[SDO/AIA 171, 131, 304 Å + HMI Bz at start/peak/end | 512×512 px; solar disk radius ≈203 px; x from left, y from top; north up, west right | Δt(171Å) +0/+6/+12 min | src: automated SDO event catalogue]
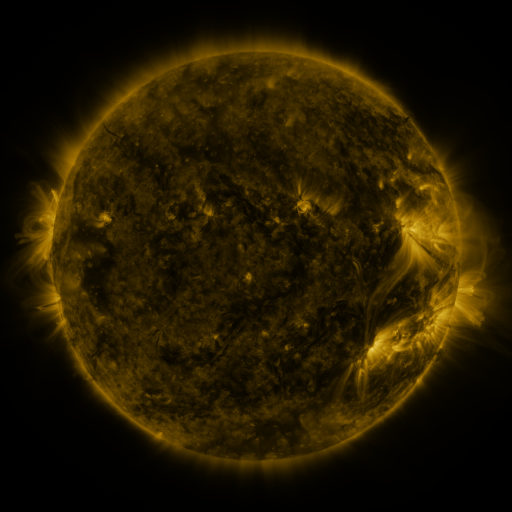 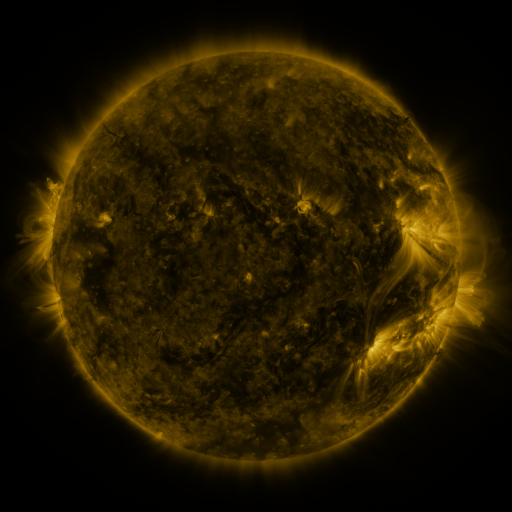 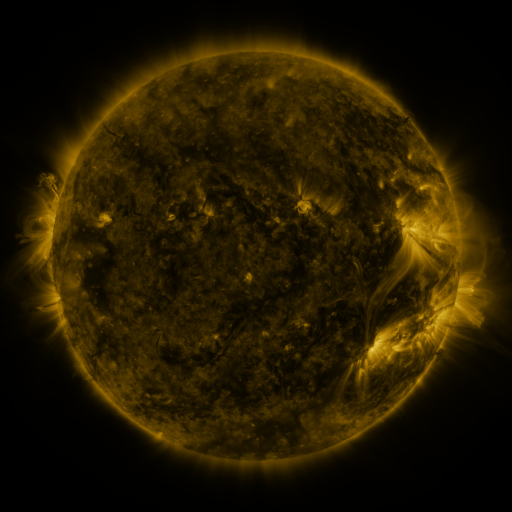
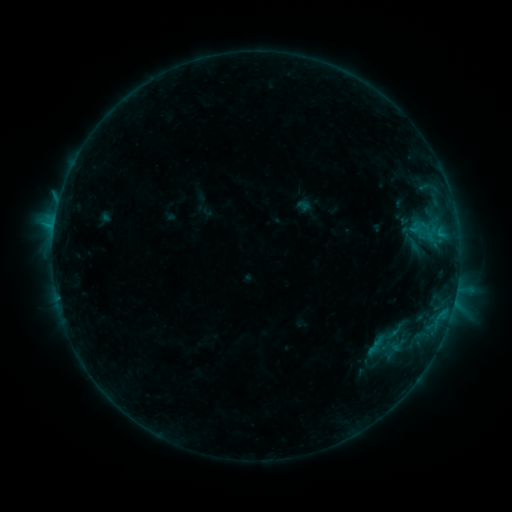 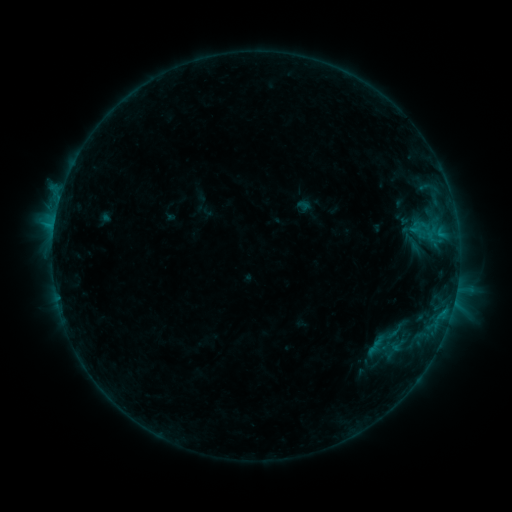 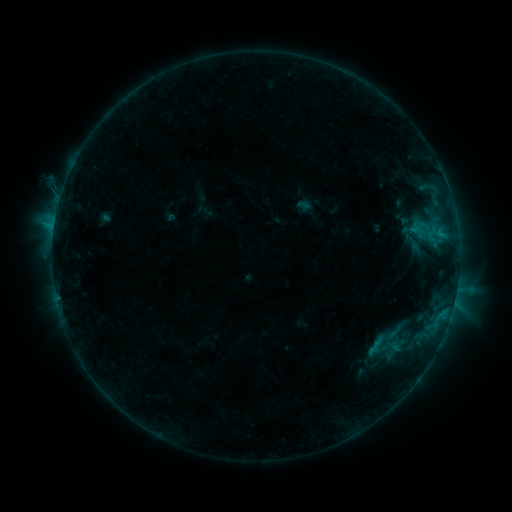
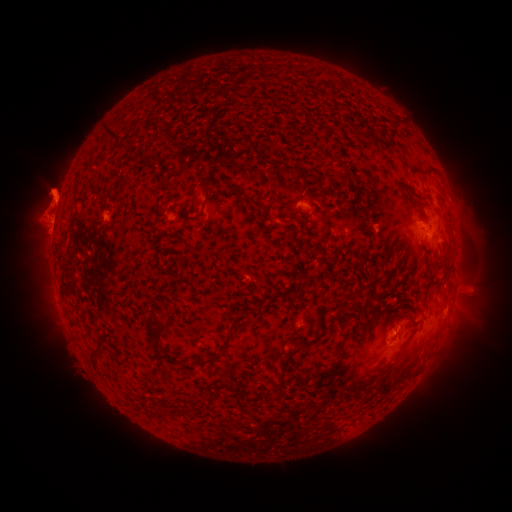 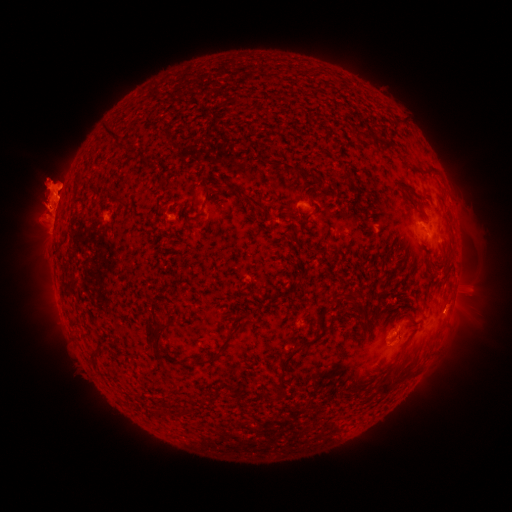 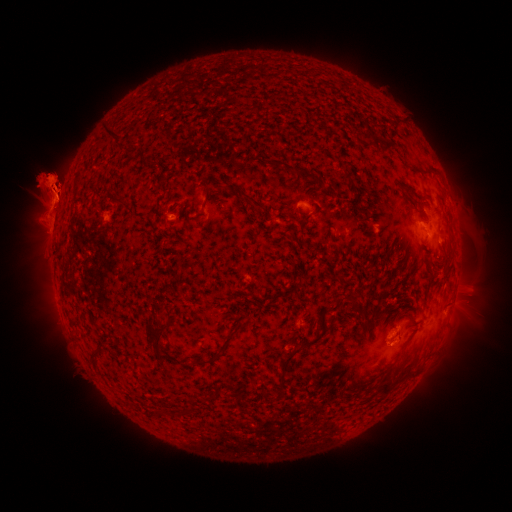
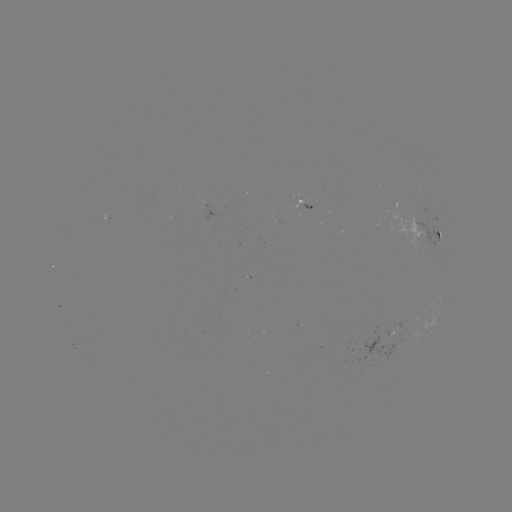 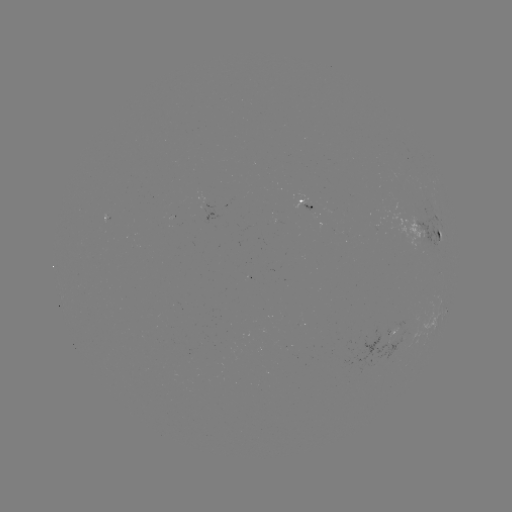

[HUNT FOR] eruption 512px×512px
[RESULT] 56,138